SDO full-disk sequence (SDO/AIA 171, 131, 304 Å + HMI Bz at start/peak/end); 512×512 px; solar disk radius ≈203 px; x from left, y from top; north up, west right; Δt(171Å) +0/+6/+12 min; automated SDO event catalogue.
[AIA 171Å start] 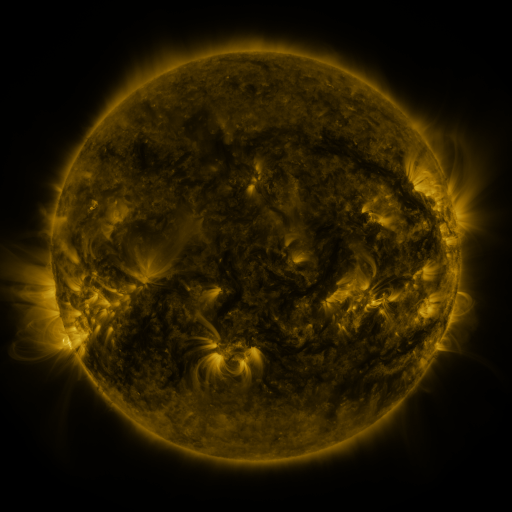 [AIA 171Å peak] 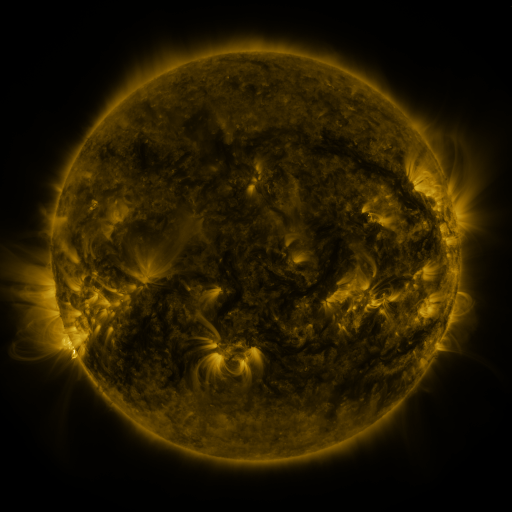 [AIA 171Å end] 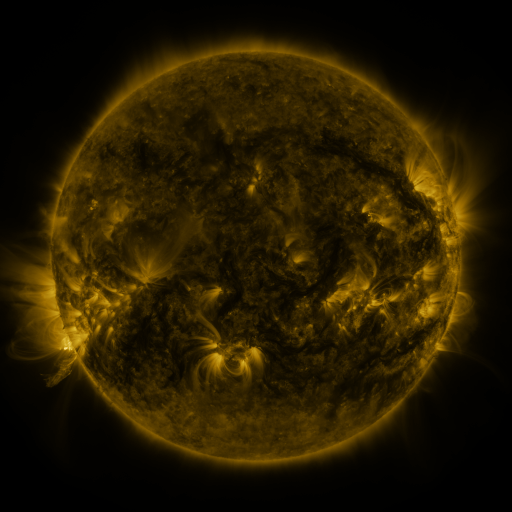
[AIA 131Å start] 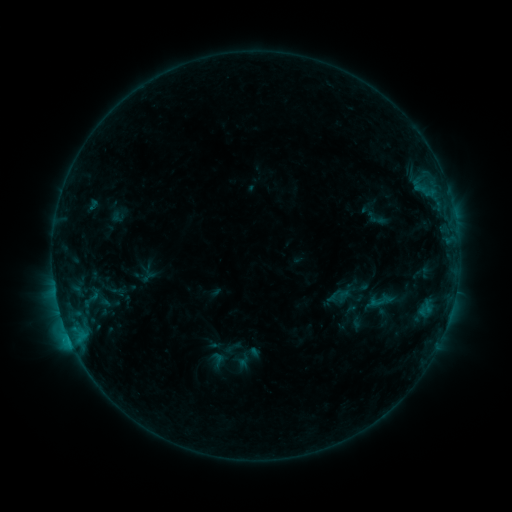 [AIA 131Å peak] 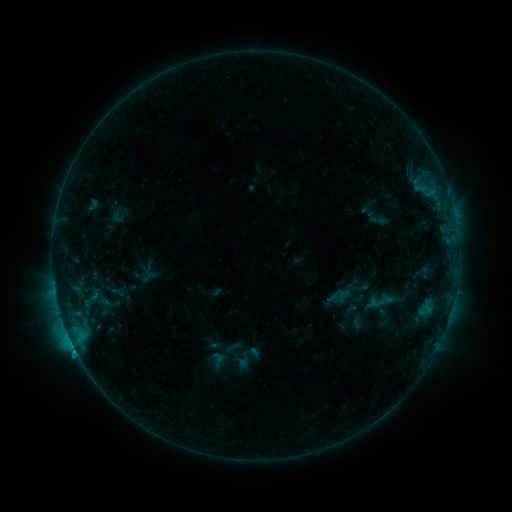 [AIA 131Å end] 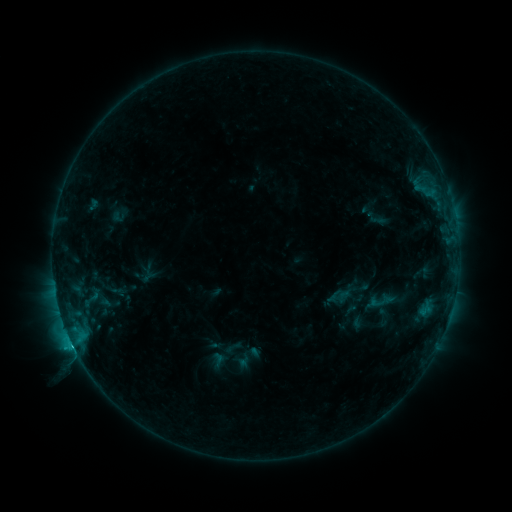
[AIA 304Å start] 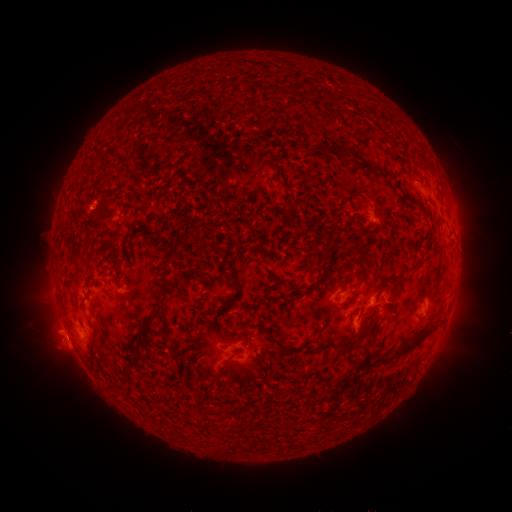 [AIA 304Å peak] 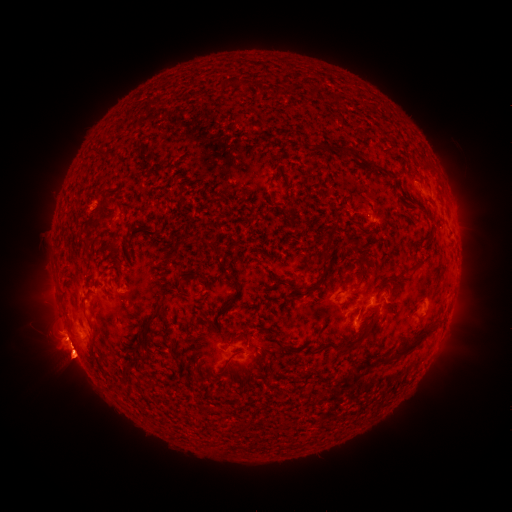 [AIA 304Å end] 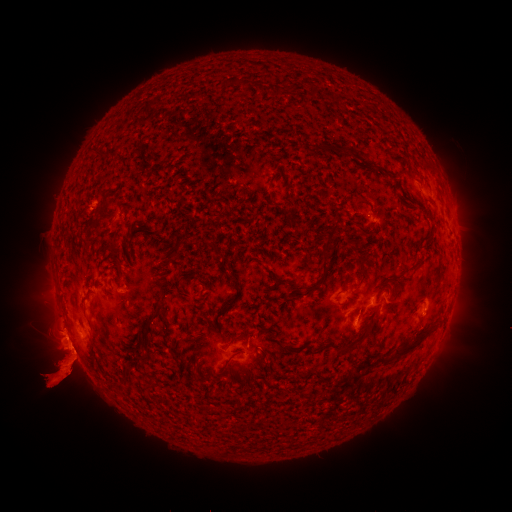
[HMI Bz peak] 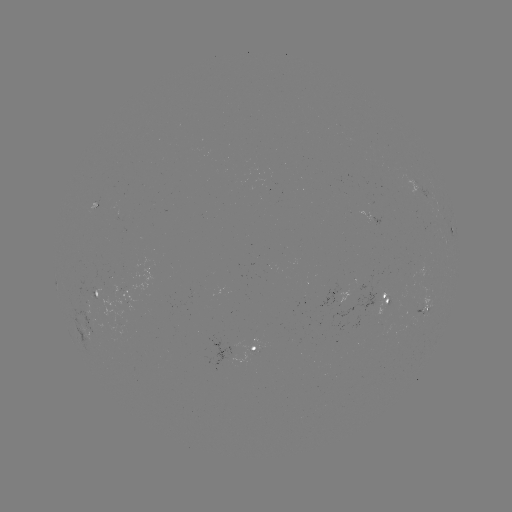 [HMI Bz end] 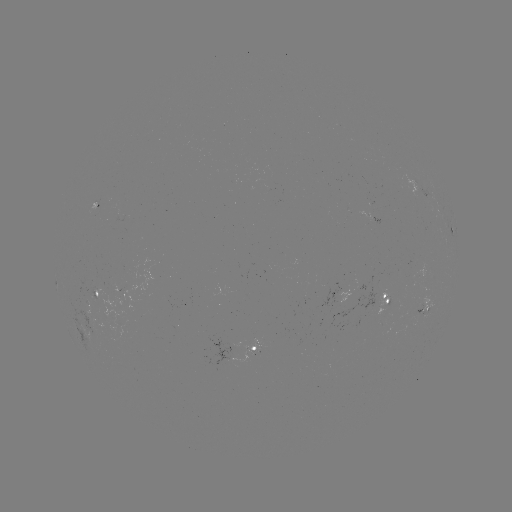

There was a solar flare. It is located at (75, 347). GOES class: C1.8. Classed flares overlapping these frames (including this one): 1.